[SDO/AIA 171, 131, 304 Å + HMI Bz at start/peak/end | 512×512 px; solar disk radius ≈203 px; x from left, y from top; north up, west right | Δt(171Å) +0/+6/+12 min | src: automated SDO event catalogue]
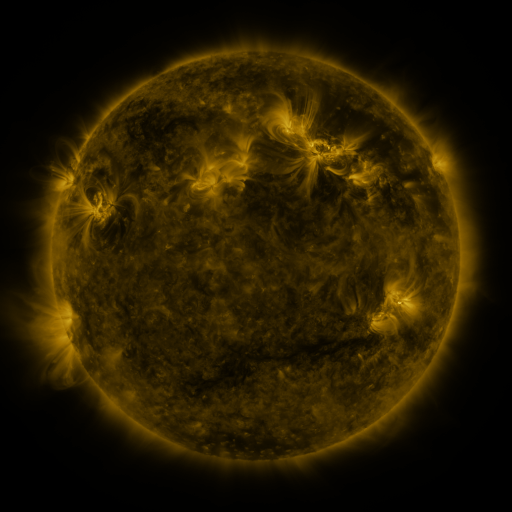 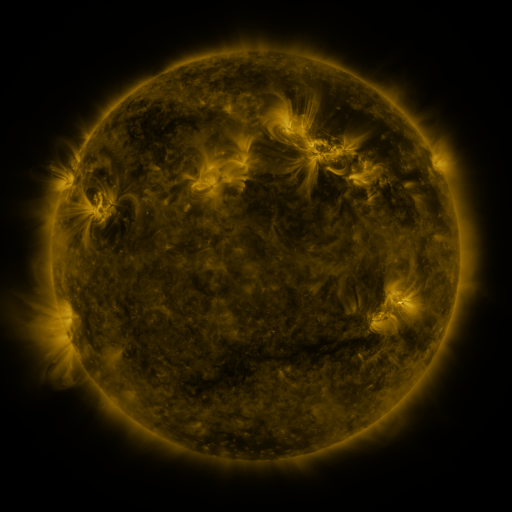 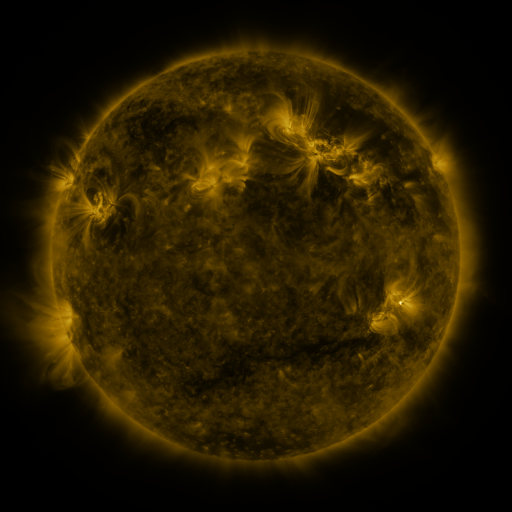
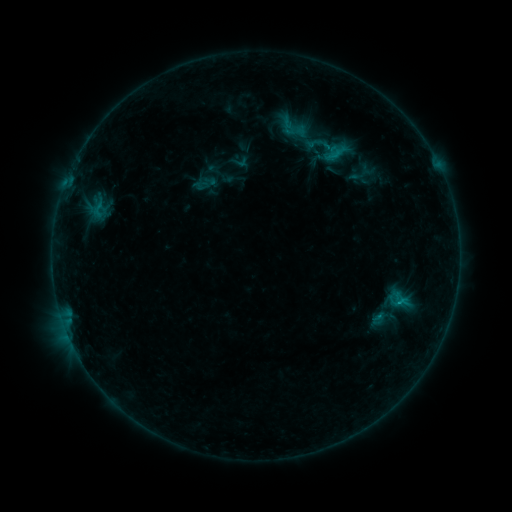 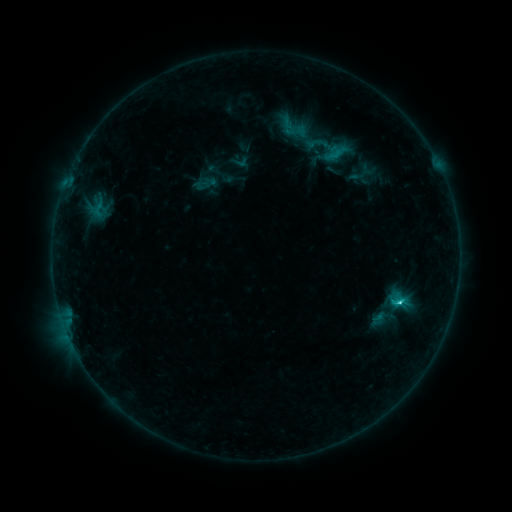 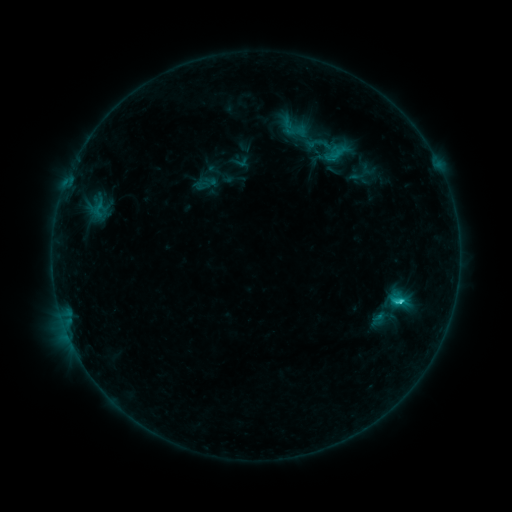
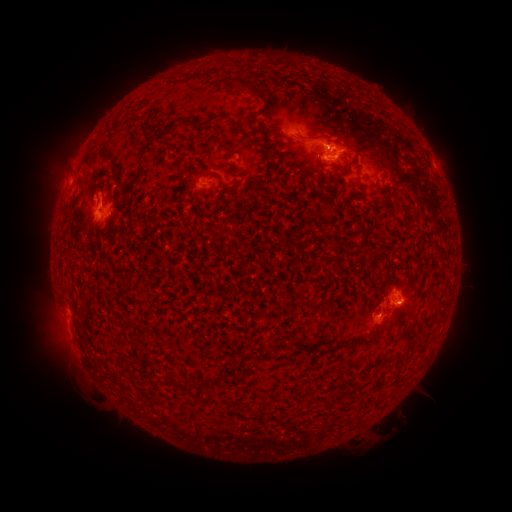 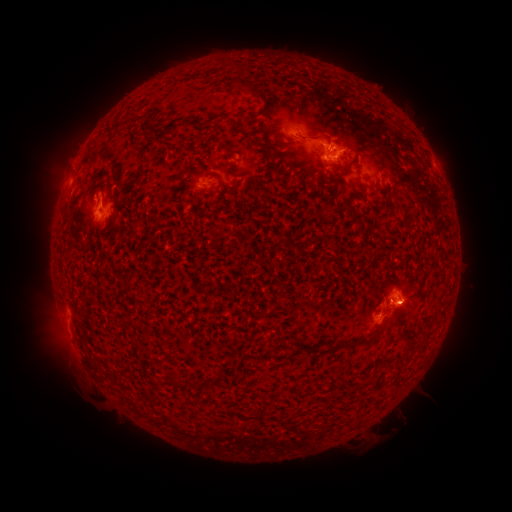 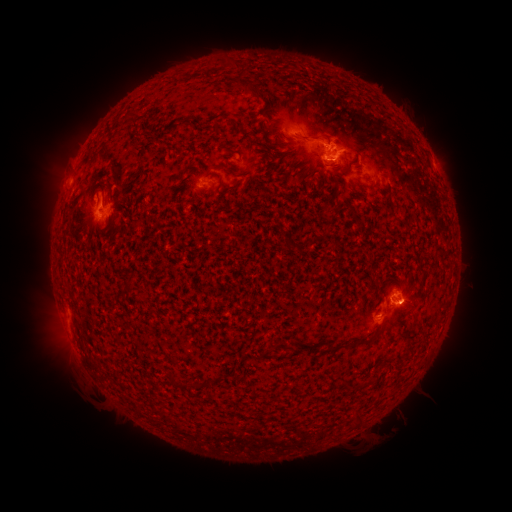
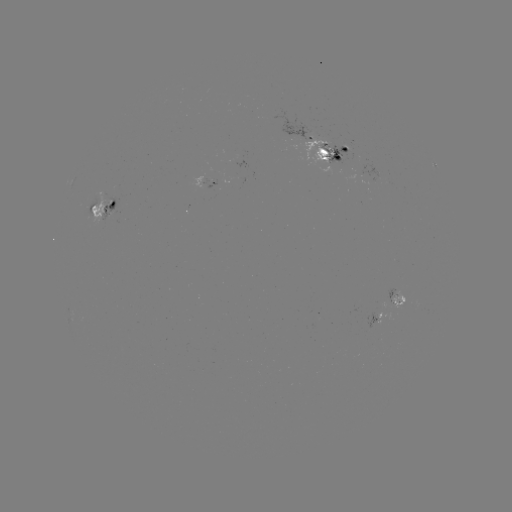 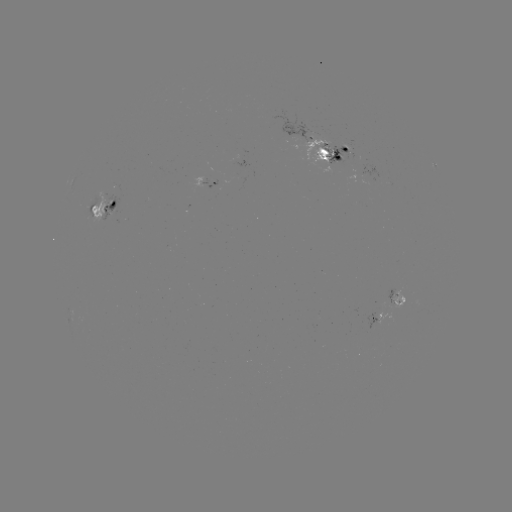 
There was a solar flare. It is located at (400, 302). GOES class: C2.2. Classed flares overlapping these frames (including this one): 2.